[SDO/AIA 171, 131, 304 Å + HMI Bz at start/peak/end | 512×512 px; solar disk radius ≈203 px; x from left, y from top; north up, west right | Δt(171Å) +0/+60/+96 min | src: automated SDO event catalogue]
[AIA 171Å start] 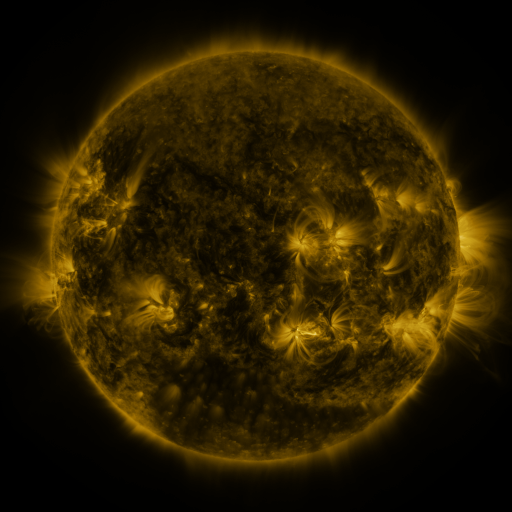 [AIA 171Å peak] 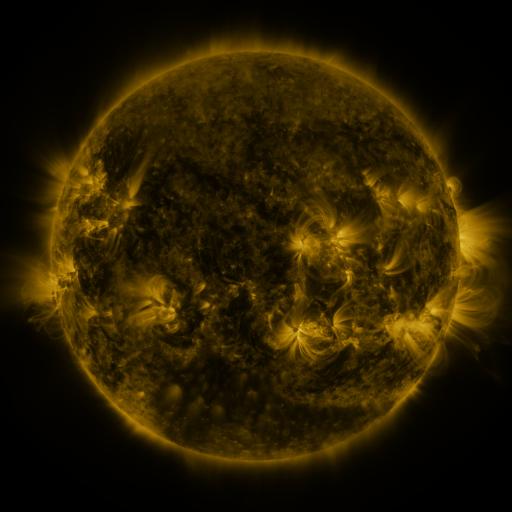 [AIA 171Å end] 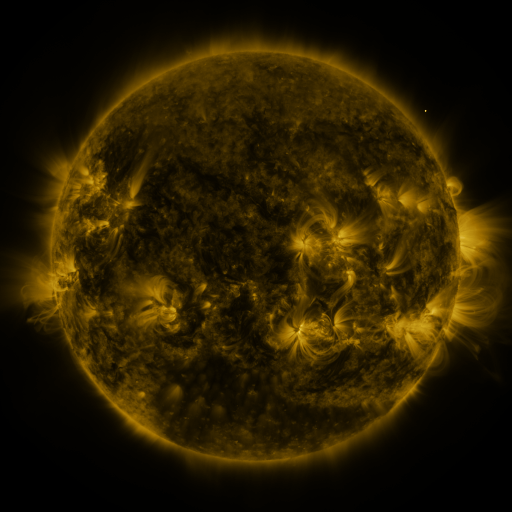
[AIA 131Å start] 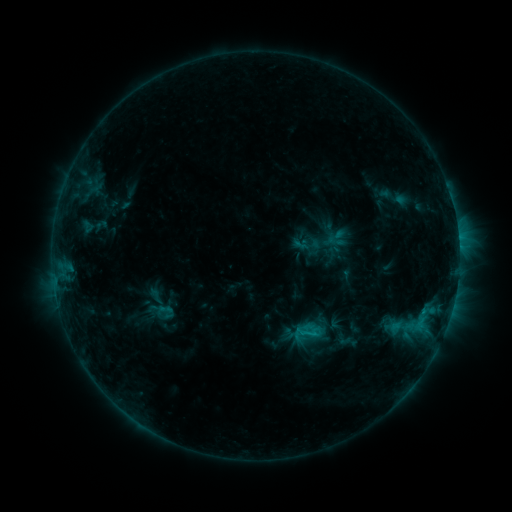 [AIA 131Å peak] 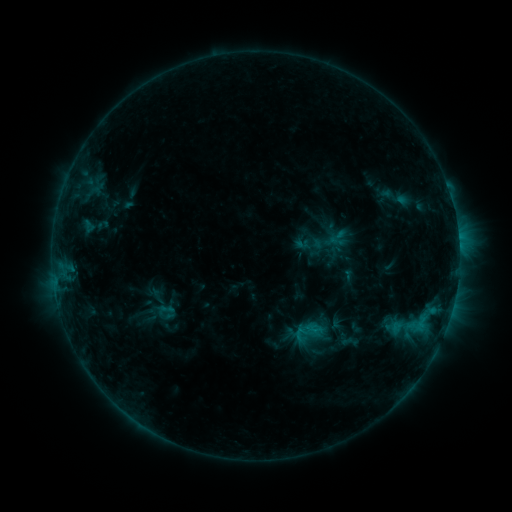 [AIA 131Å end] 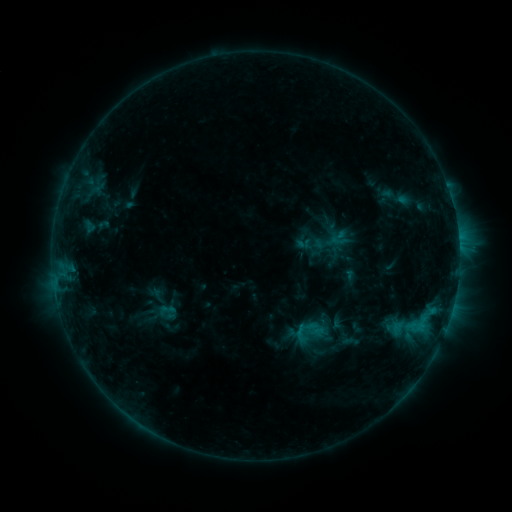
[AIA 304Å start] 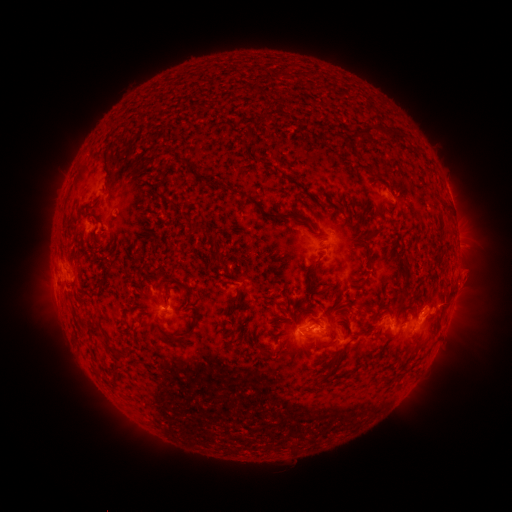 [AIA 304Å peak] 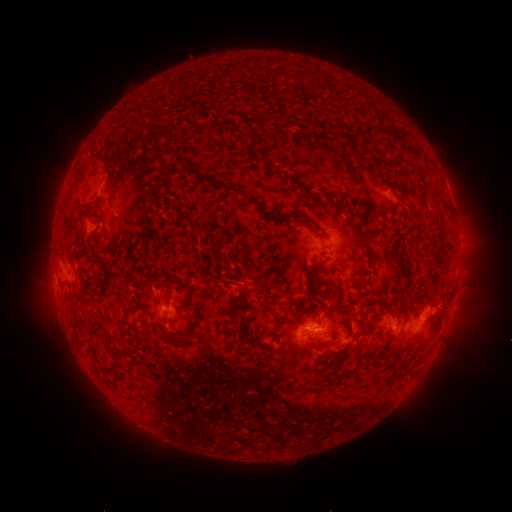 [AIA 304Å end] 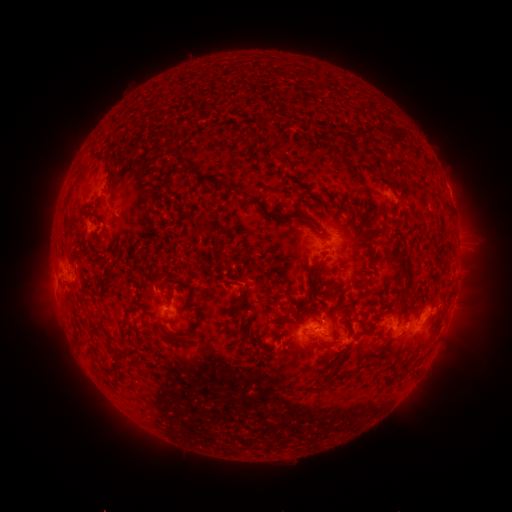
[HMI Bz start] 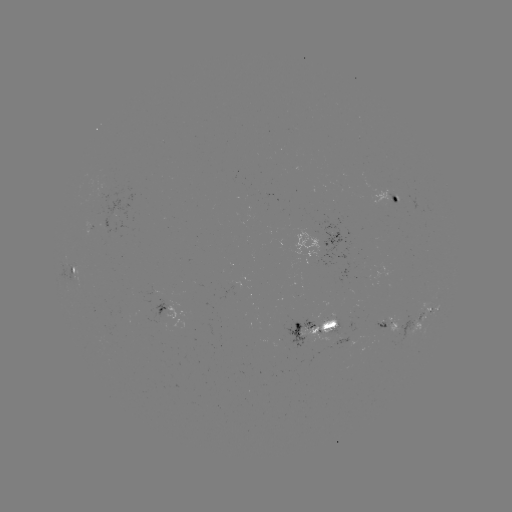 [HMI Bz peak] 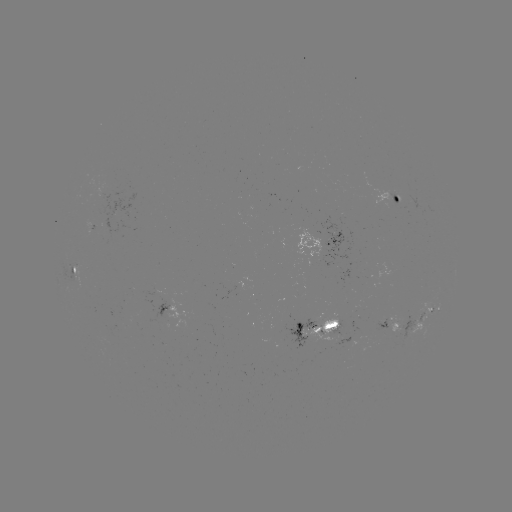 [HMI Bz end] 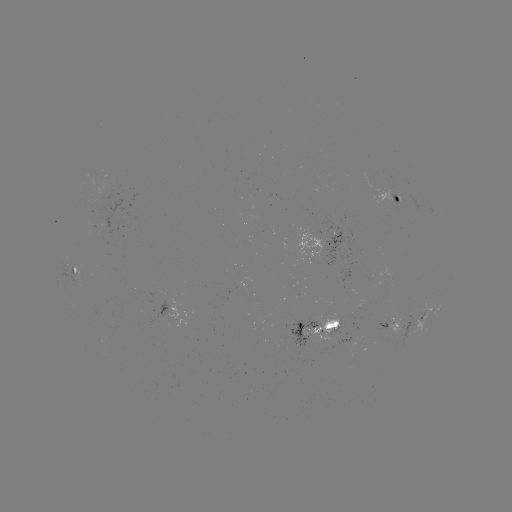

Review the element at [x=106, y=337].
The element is emerging-flux region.